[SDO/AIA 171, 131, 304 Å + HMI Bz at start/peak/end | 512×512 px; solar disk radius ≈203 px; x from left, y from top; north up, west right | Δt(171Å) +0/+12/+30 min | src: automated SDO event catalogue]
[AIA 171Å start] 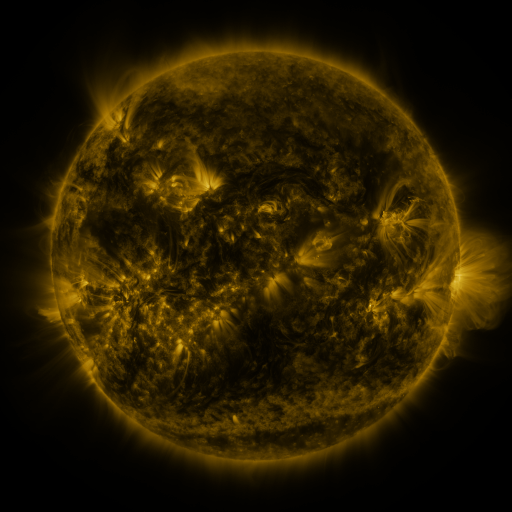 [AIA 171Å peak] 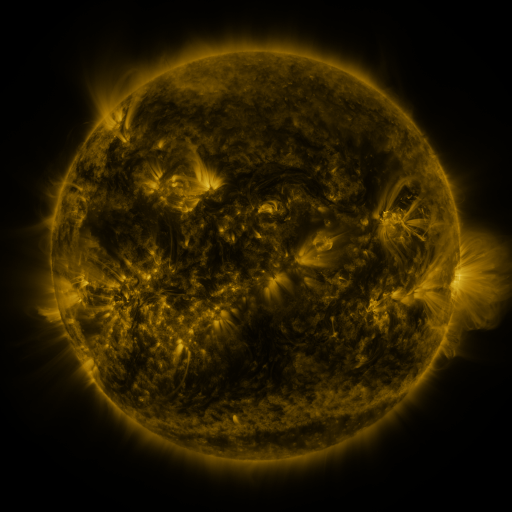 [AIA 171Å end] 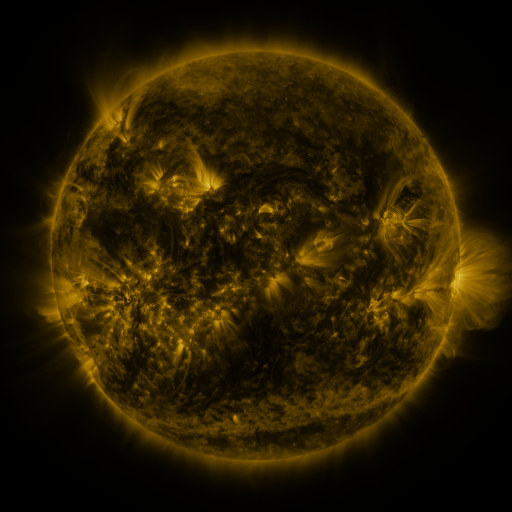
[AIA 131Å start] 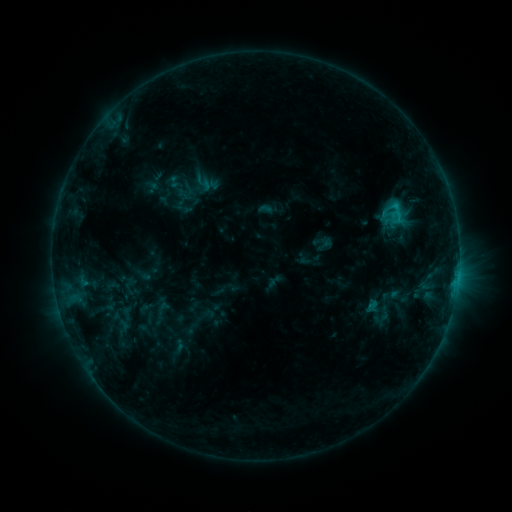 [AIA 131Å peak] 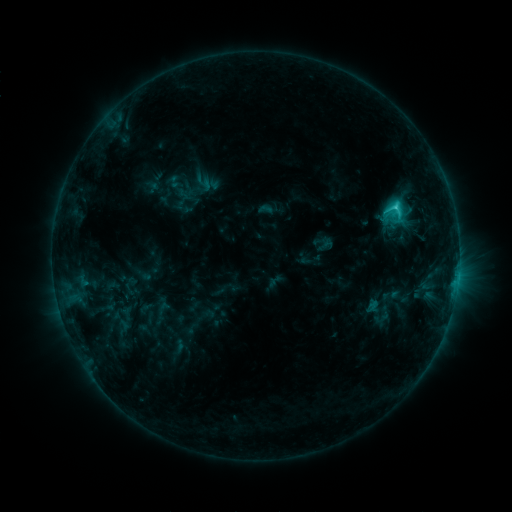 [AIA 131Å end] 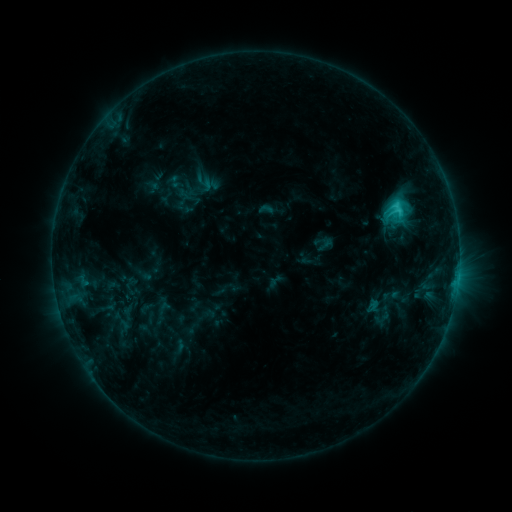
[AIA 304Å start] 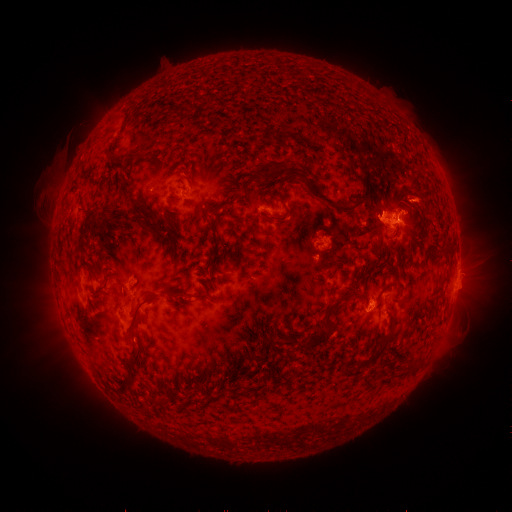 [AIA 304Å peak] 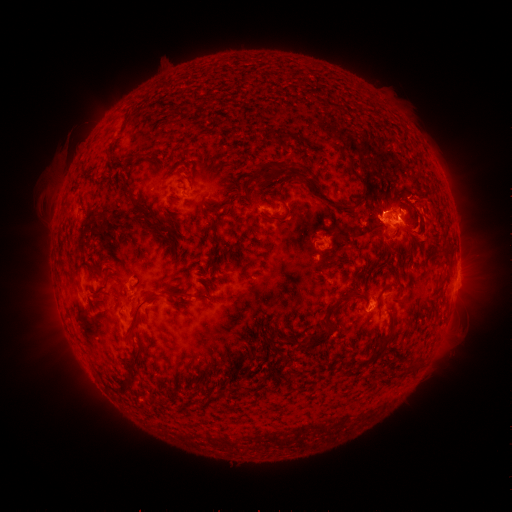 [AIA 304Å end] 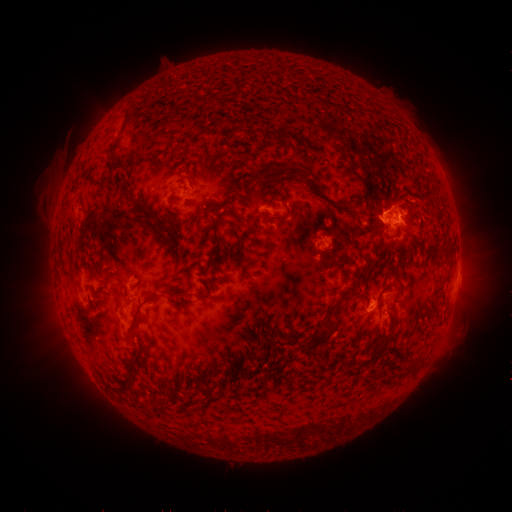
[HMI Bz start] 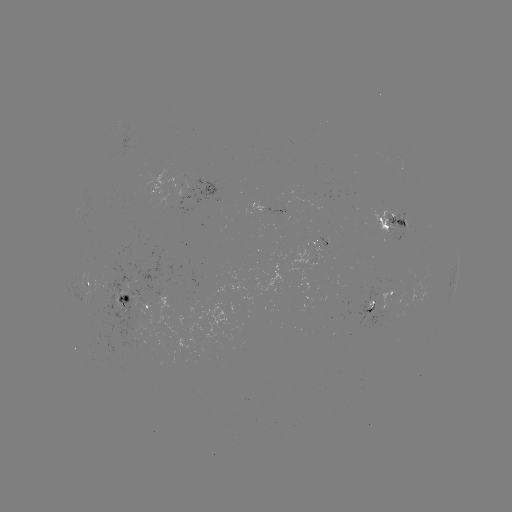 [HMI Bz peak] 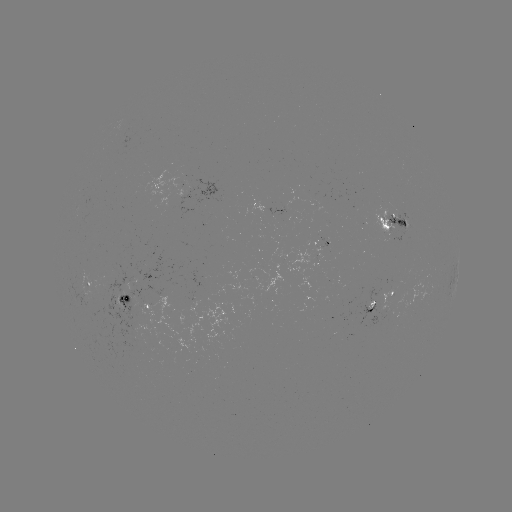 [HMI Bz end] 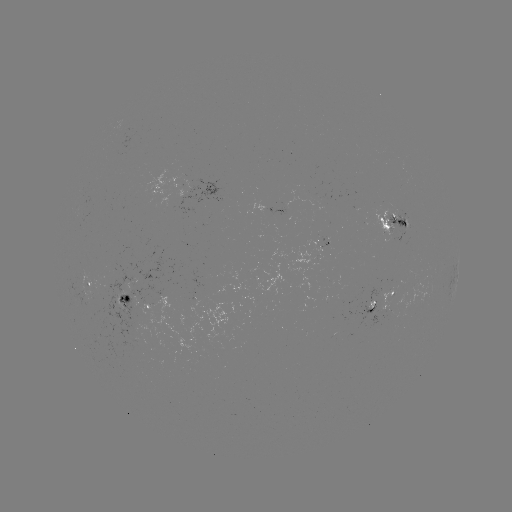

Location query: eruption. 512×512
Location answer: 421,203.